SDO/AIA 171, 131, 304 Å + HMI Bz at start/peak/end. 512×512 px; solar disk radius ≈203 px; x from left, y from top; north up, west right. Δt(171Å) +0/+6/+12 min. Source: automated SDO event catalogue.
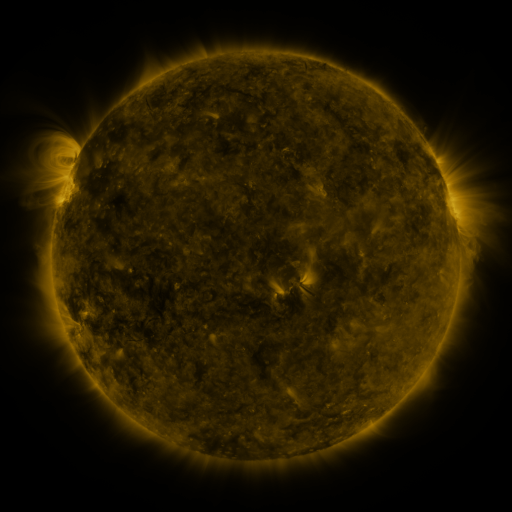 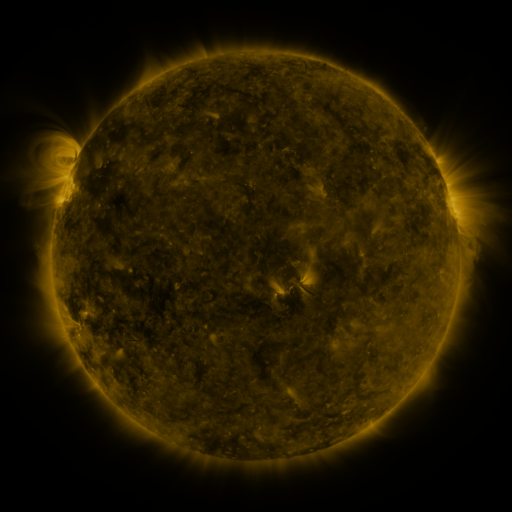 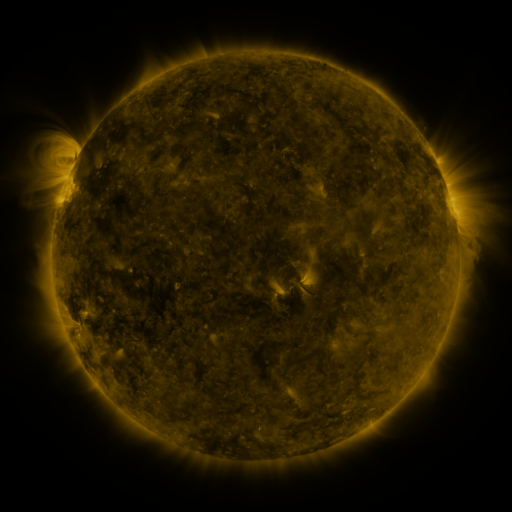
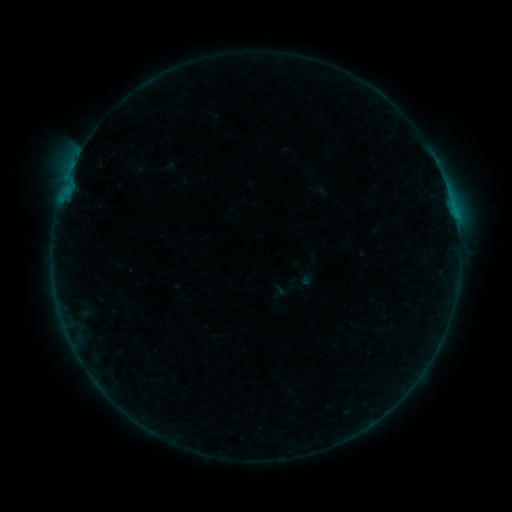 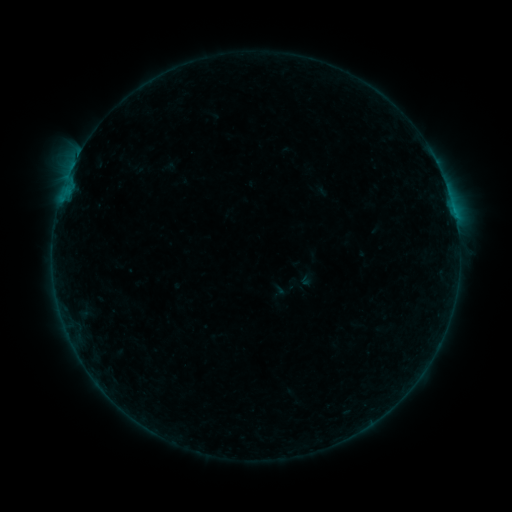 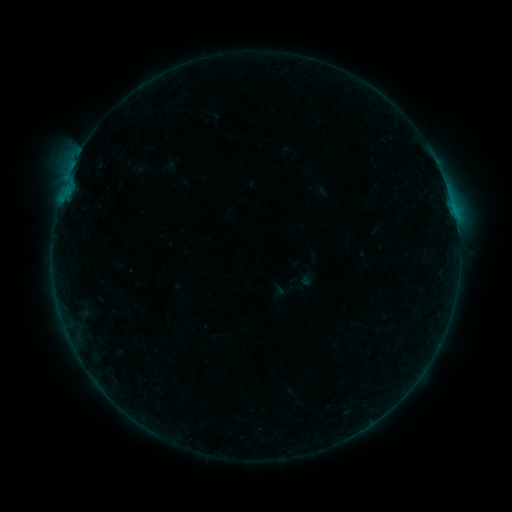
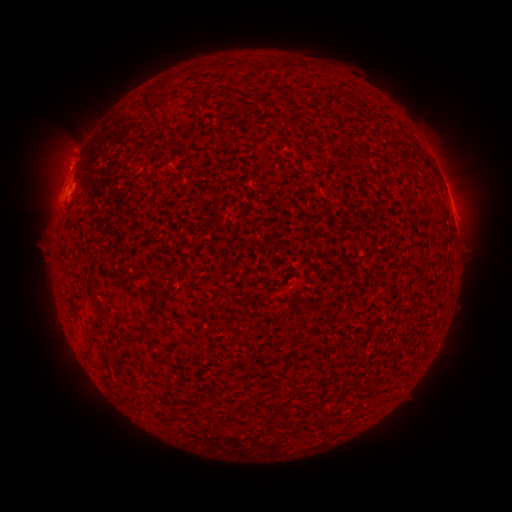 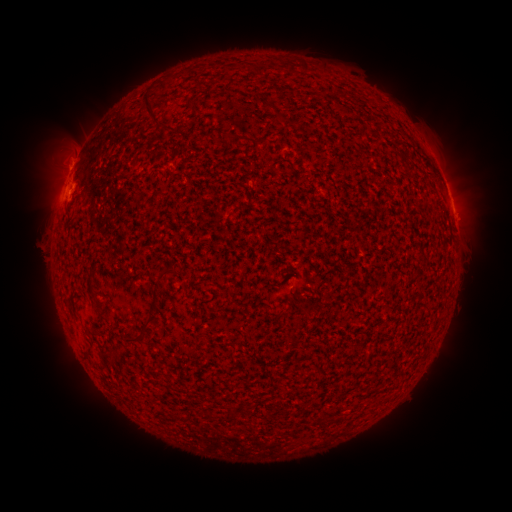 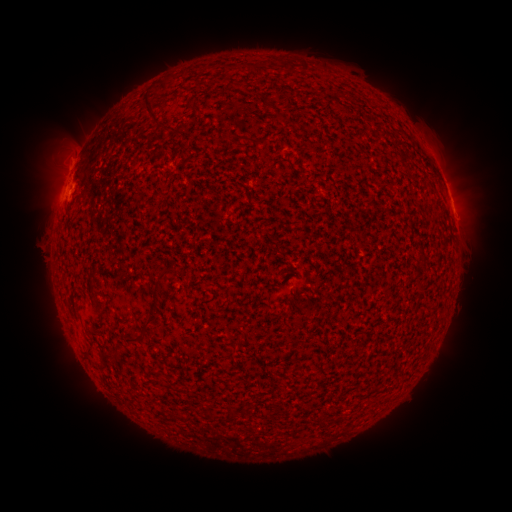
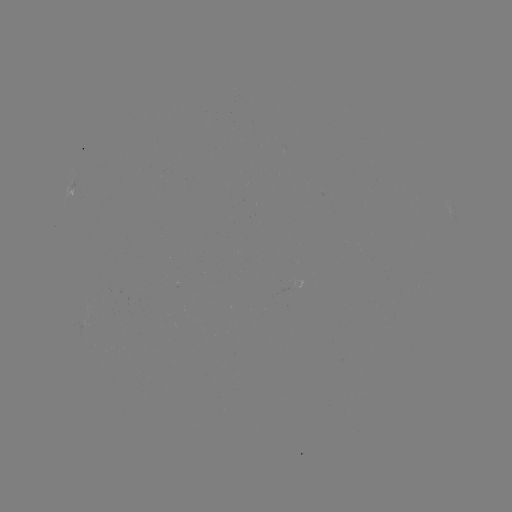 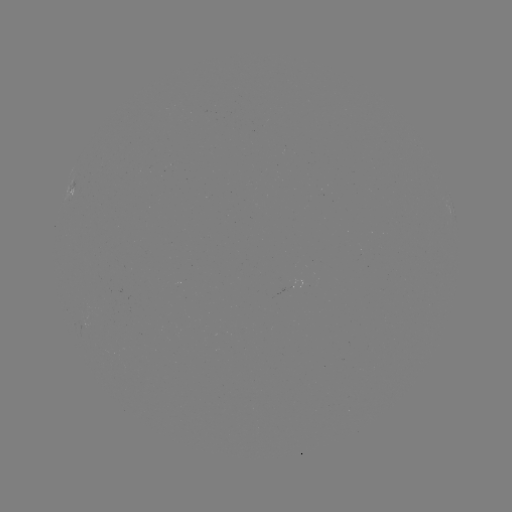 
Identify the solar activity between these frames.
no classed flare was catalogued and no EUV brightening was flagged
